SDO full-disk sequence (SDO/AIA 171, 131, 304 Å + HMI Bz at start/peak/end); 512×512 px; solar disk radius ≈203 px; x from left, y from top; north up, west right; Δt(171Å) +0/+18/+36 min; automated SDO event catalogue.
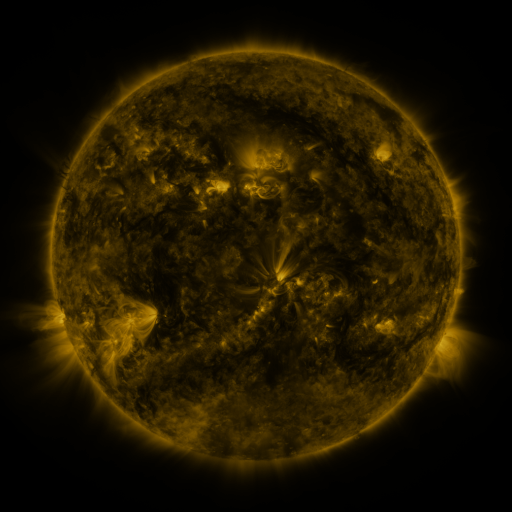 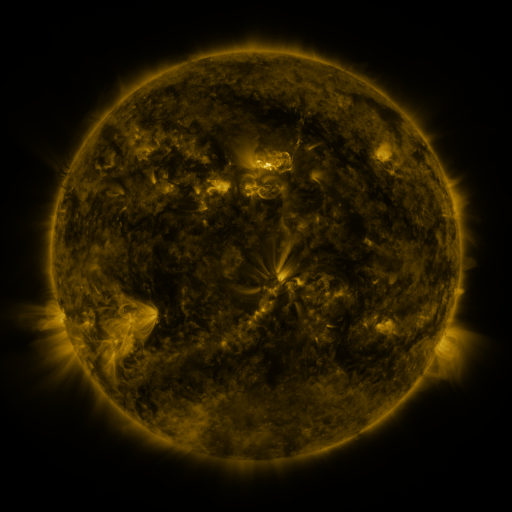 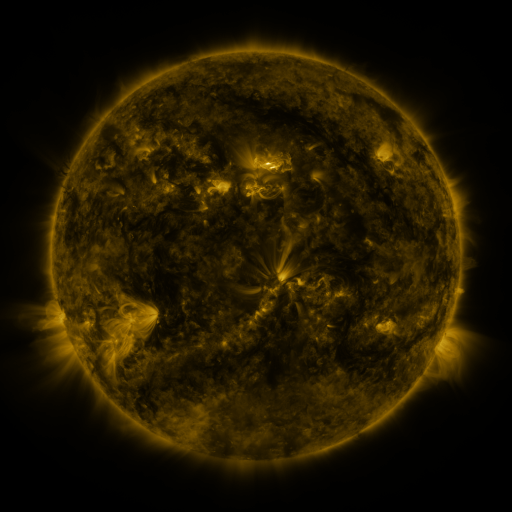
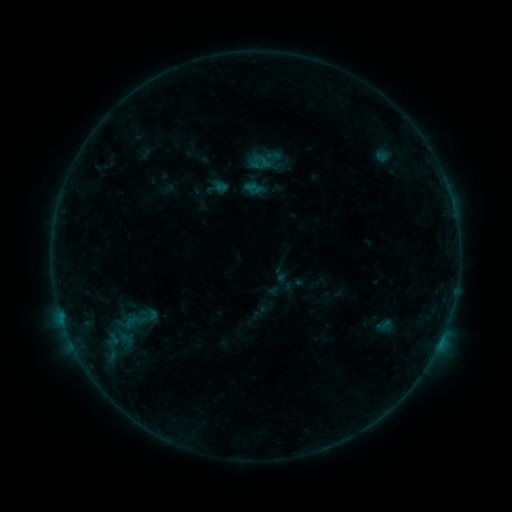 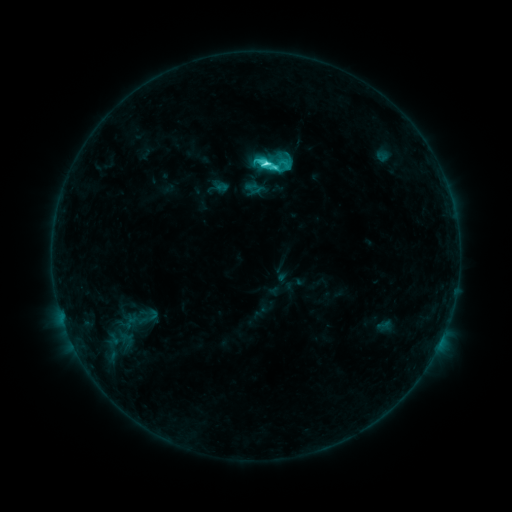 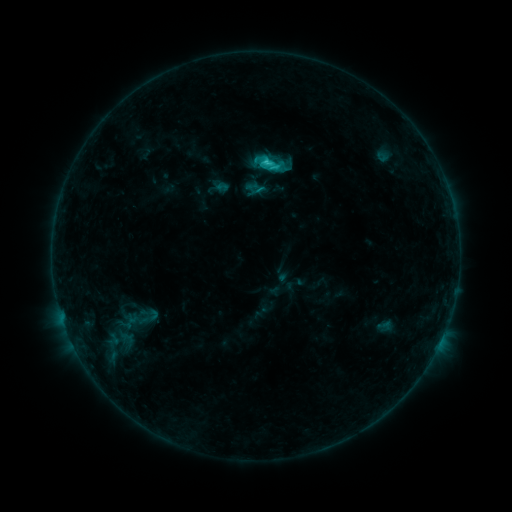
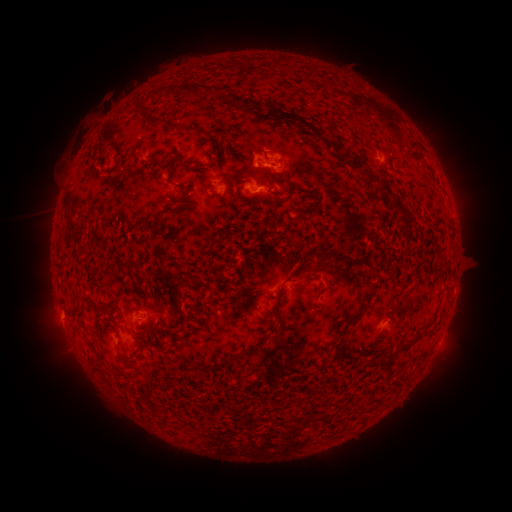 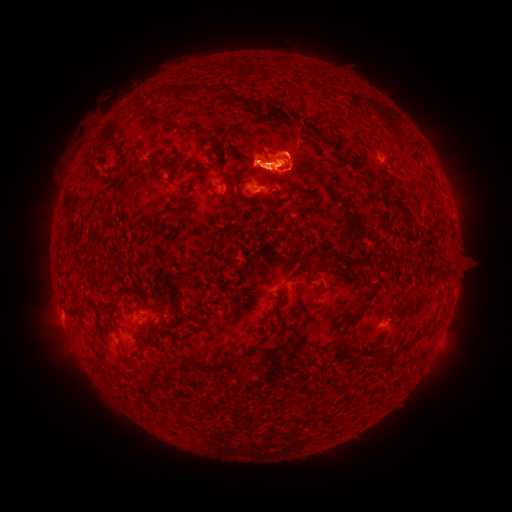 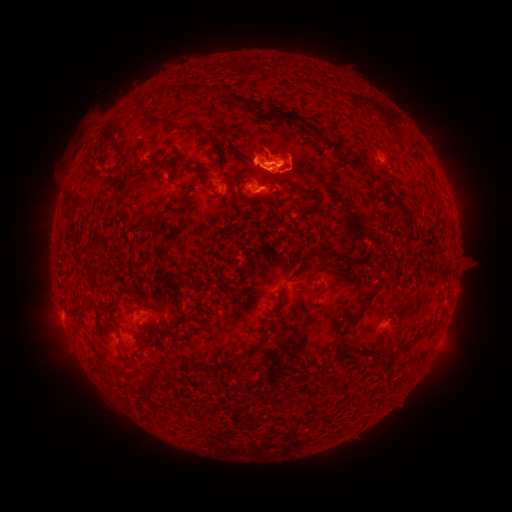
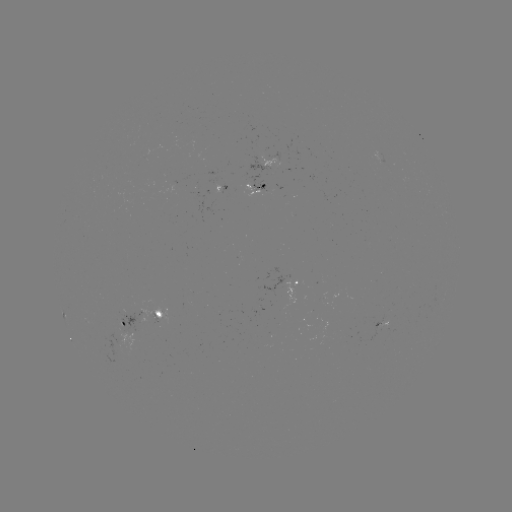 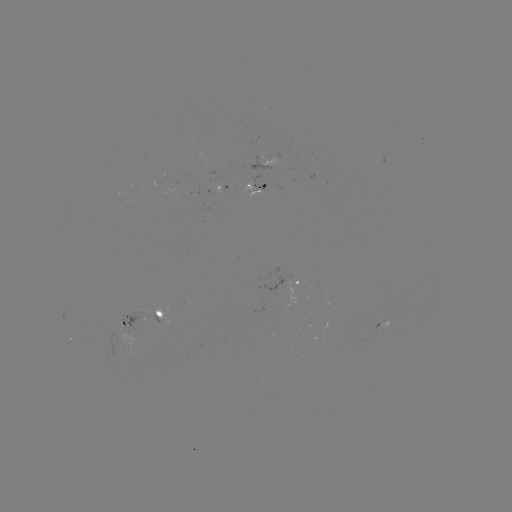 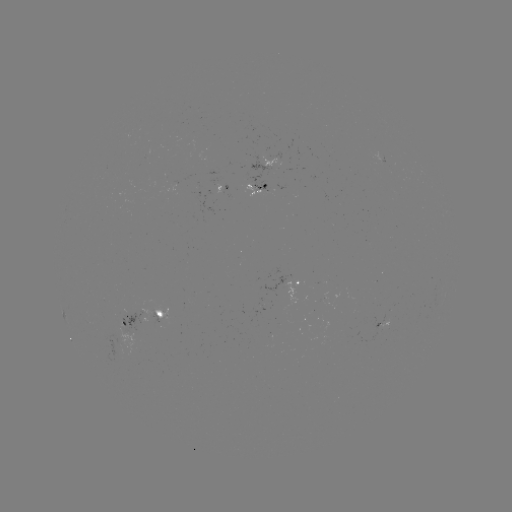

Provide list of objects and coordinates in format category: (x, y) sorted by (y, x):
C5.3 flare: (262, 164)
